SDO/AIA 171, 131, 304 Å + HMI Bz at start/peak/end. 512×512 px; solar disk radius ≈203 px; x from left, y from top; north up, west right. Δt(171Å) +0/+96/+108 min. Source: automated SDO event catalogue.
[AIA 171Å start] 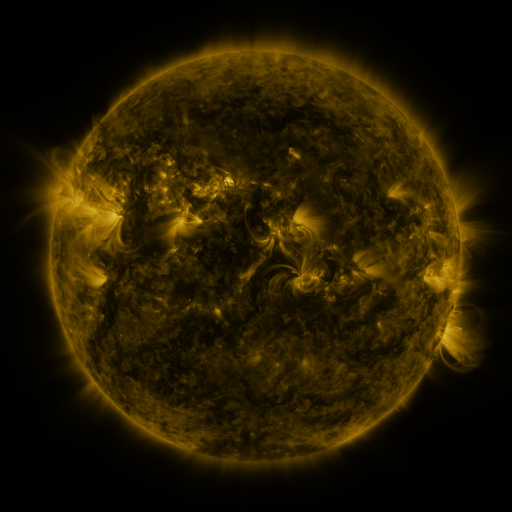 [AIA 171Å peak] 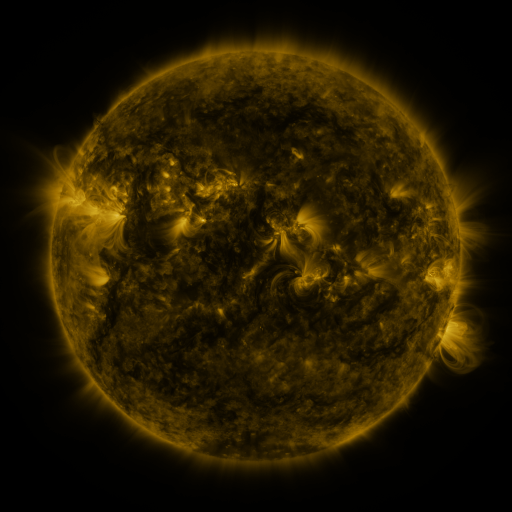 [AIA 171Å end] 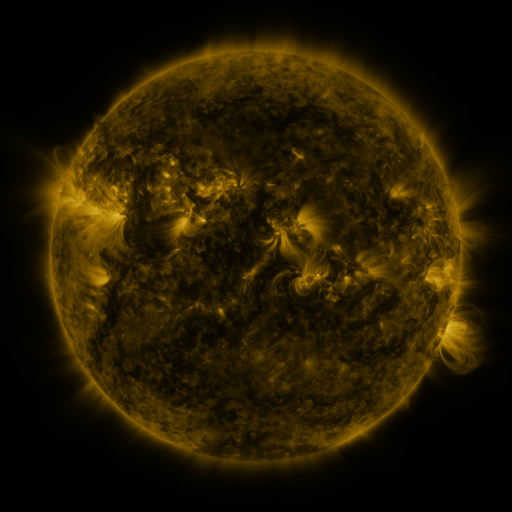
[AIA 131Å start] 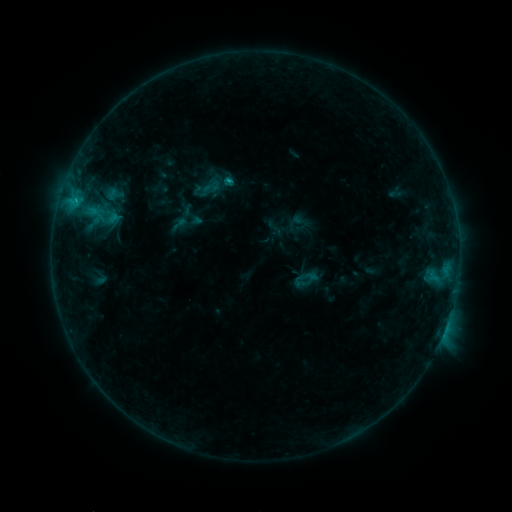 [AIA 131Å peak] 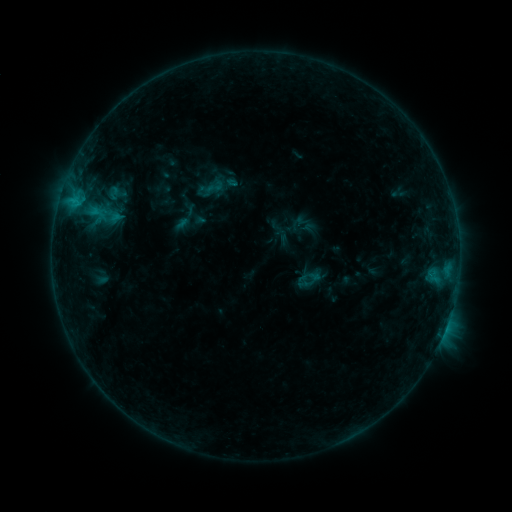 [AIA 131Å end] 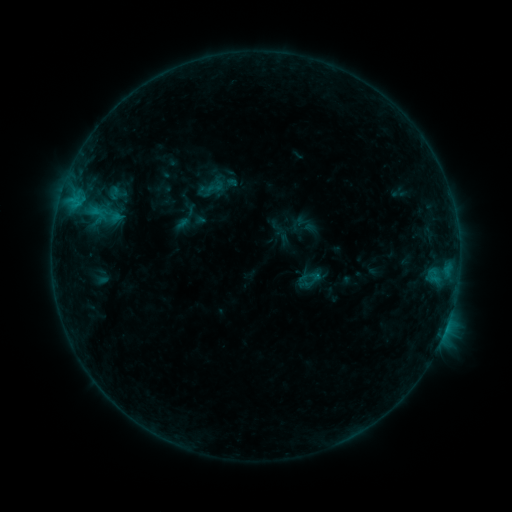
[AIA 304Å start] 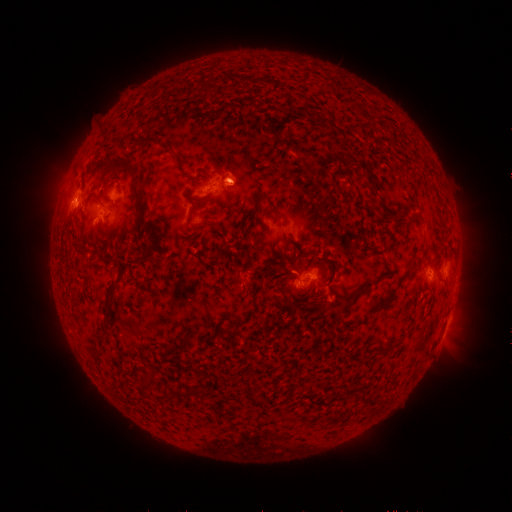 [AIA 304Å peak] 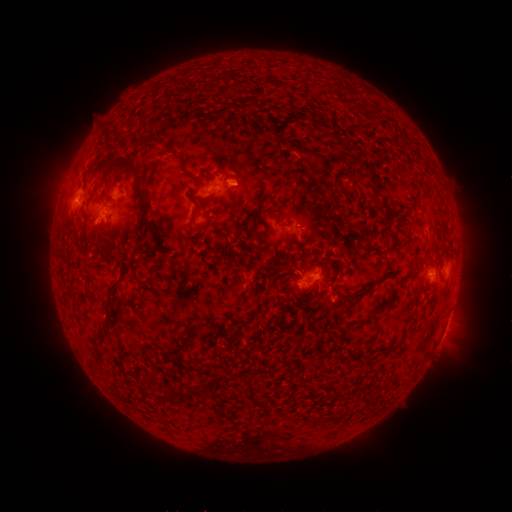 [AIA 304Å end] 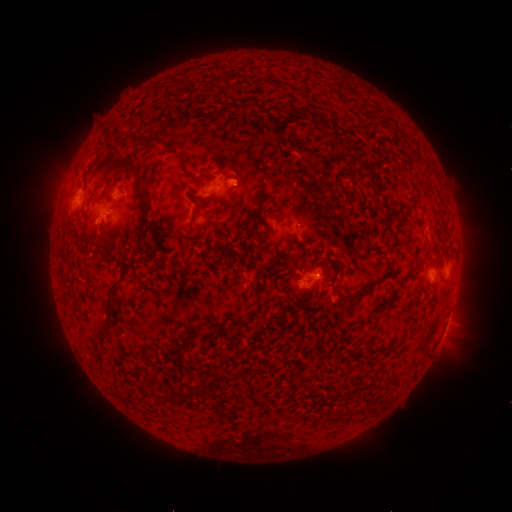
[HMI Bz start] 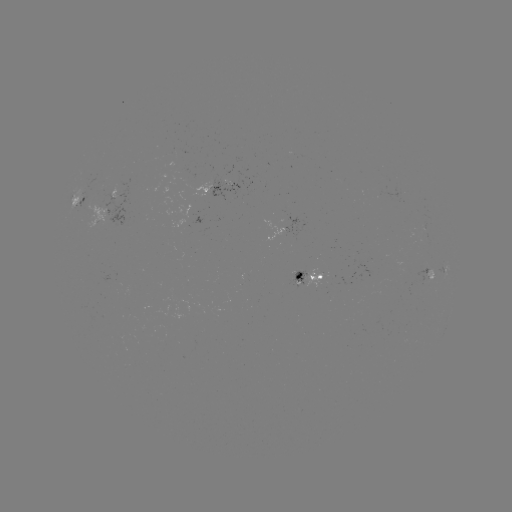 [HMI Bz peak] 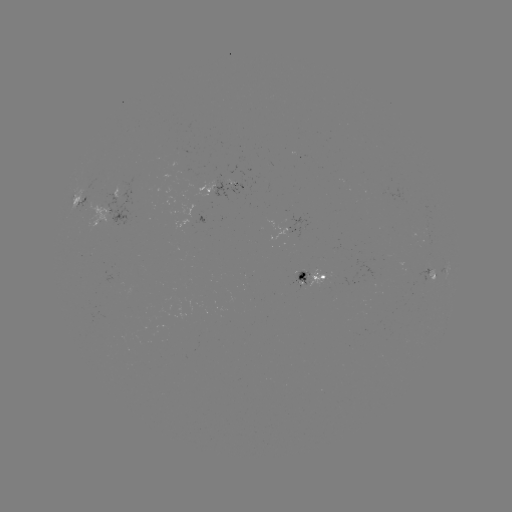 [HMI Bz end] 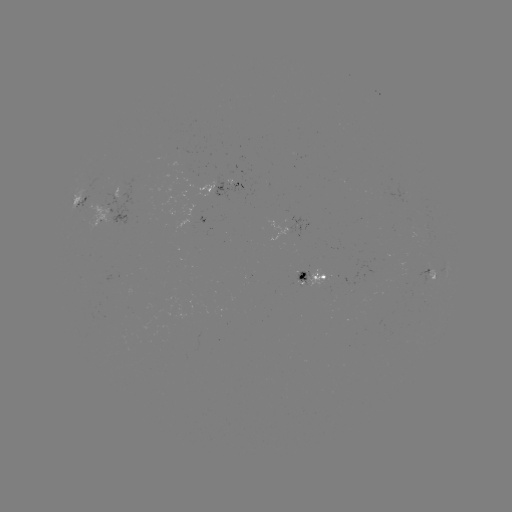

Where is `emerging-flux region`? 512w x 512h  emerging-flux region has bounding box [88, 203, 113, 229].